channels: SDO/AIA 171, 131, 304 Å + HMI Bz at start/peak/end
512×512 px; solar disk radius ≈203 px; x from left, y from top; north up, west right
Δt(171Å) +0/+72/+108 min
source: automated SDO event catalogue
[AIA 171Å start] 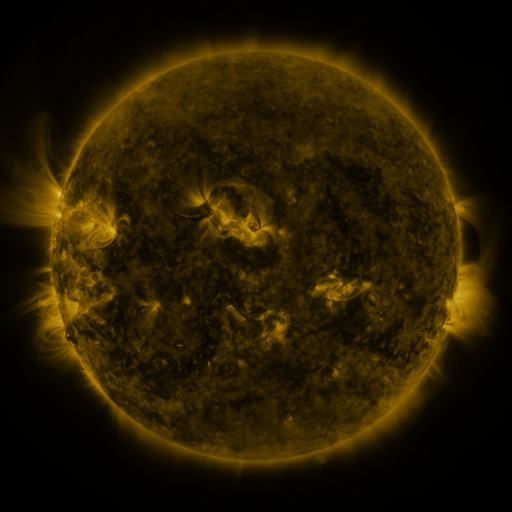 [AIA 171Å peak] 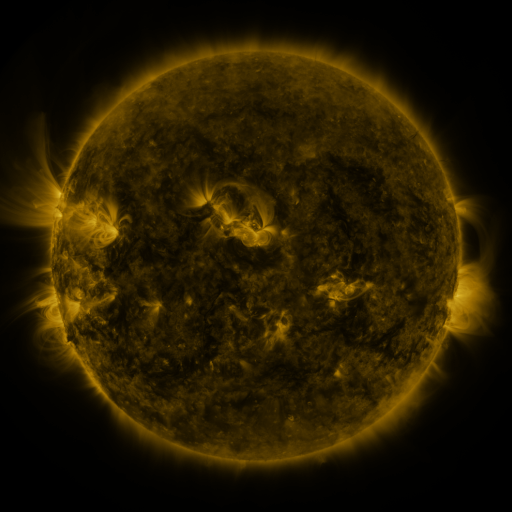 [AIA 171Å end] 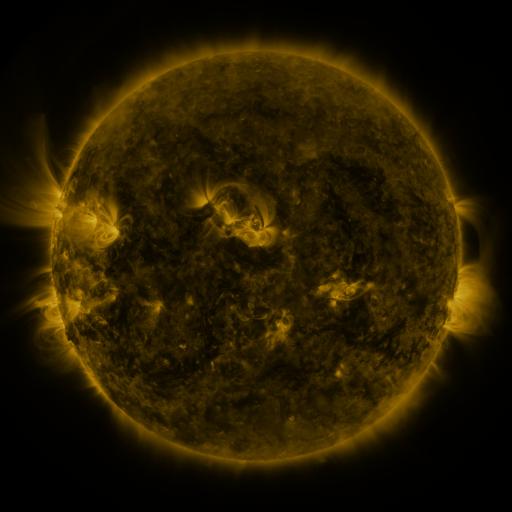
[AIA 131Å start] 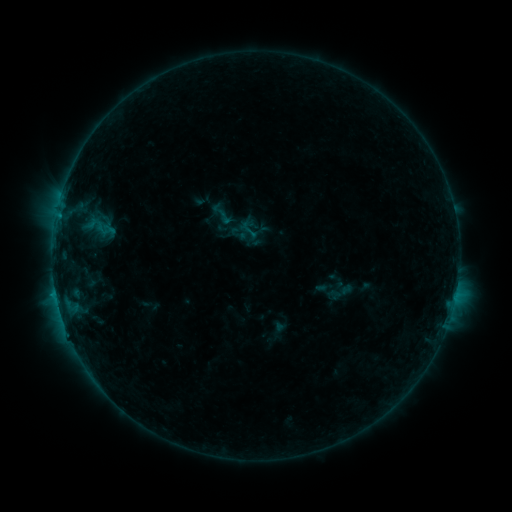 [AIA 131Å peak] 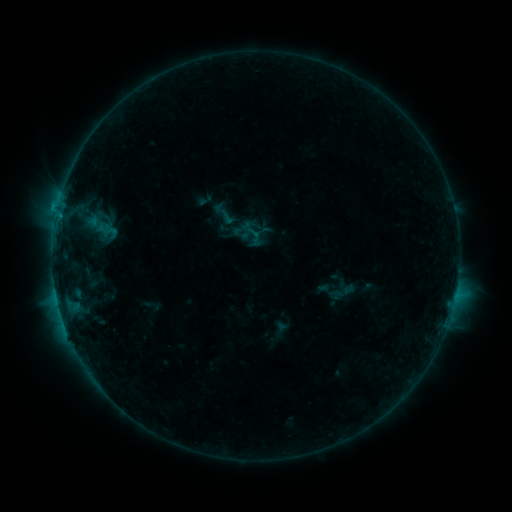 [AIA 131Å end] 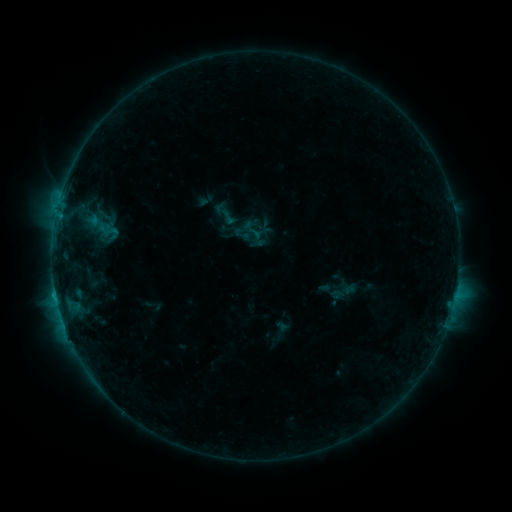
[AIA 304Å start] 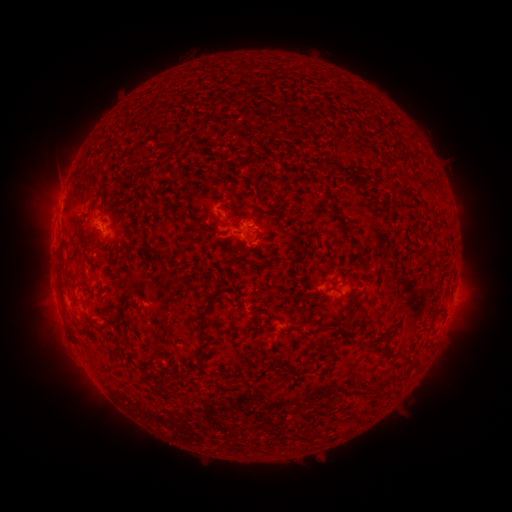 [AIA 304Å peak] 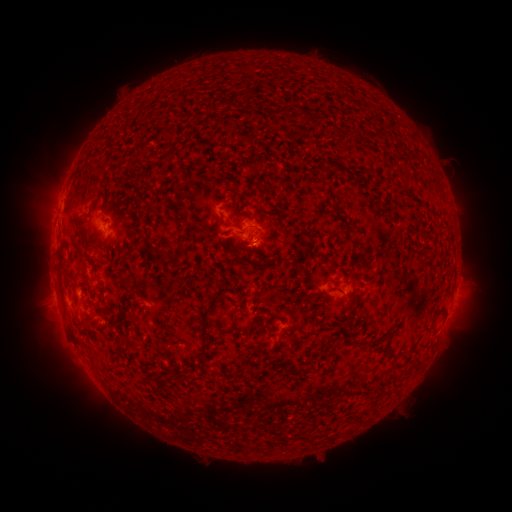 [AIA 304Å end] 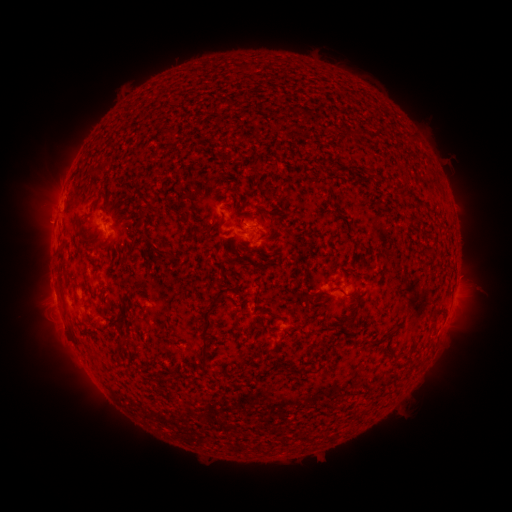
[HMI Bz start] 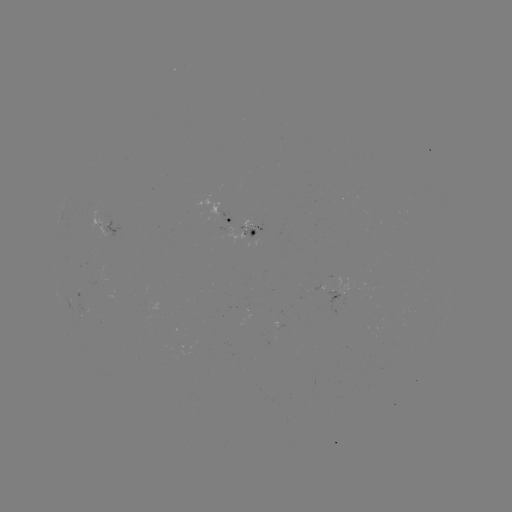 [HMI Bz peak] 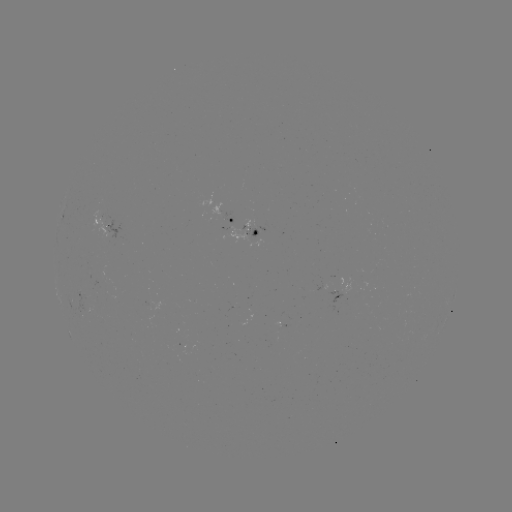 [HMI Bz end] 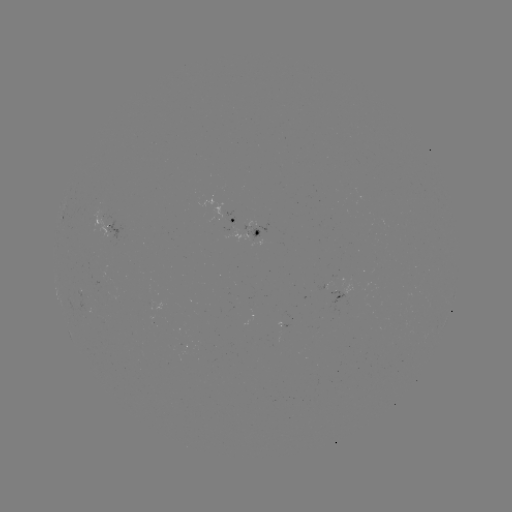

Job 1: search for emerging-flux region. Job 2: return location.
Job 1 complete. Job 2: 334,291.